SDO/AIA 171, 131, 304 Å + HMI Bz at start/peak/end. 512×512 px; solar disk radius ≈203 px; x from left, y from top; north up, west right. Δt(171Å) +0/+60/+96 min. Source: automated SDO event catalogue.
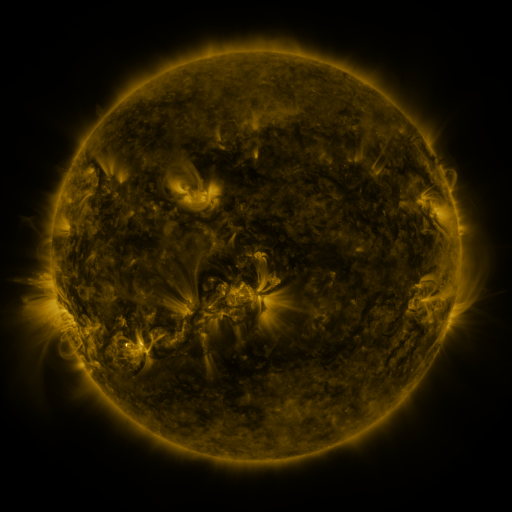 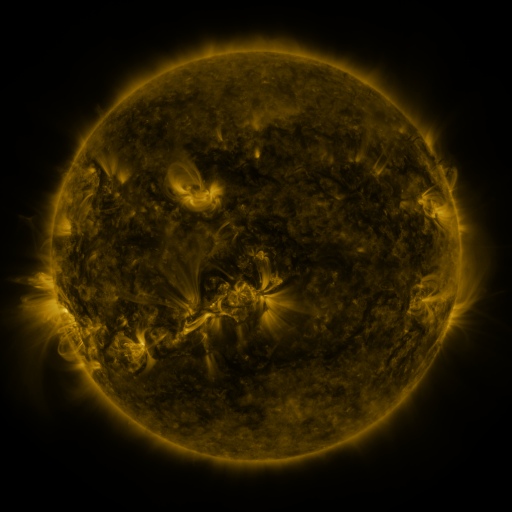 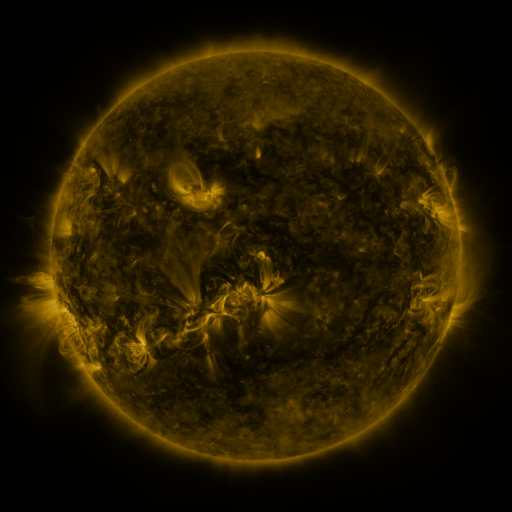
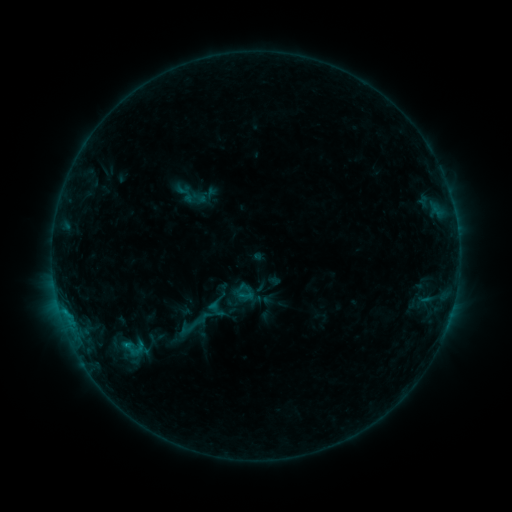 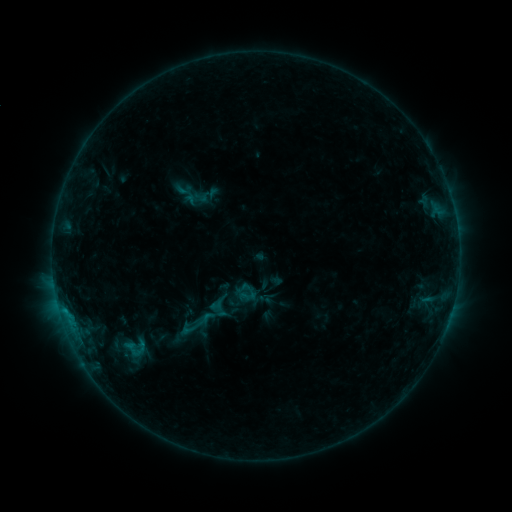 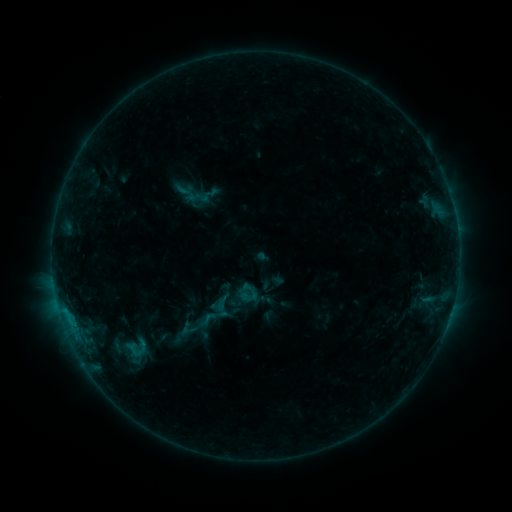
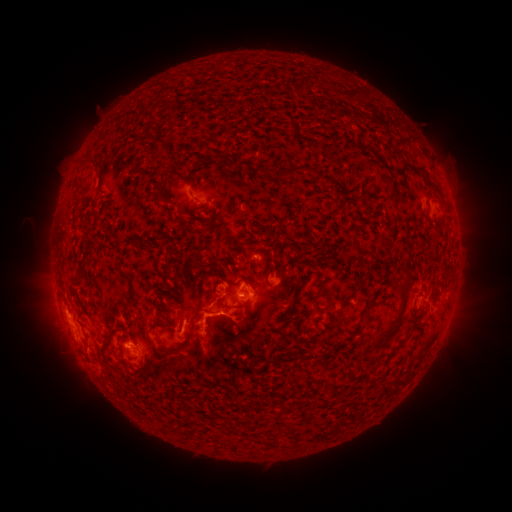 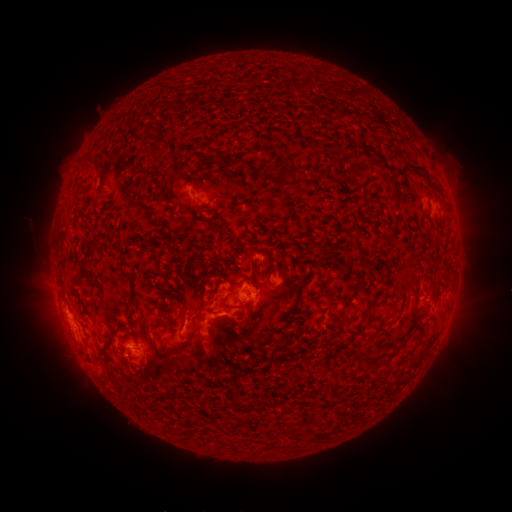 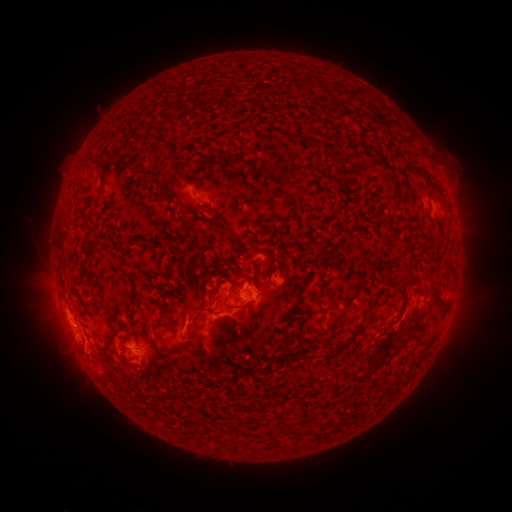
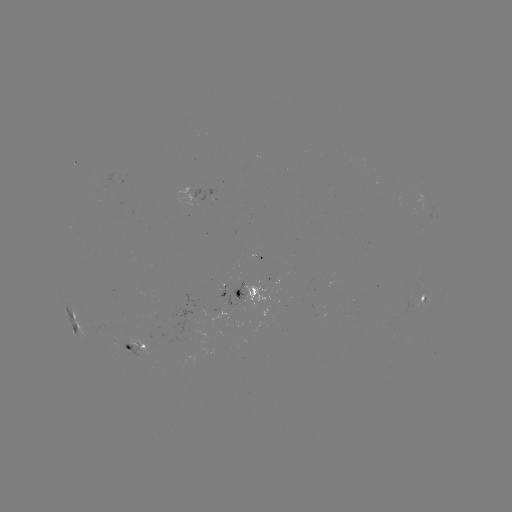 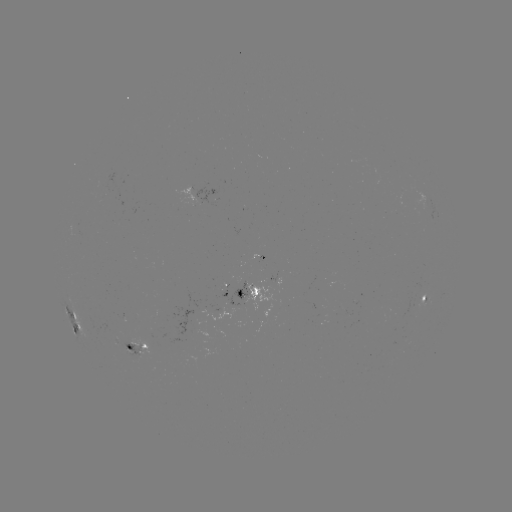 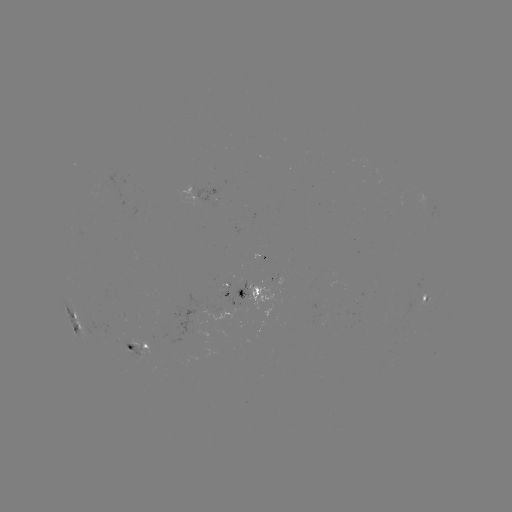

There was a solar emerging-flux region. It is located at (135, 353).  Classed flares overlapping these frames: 1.